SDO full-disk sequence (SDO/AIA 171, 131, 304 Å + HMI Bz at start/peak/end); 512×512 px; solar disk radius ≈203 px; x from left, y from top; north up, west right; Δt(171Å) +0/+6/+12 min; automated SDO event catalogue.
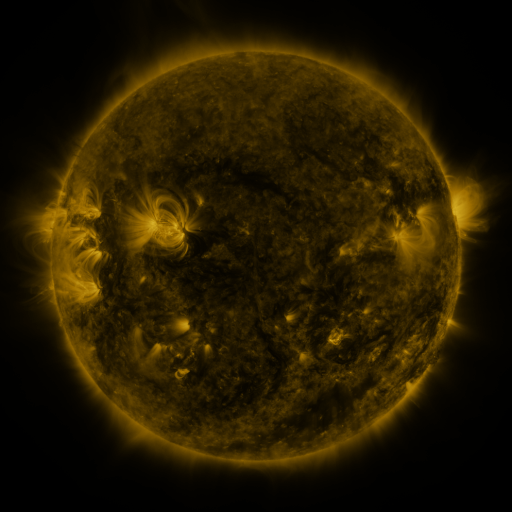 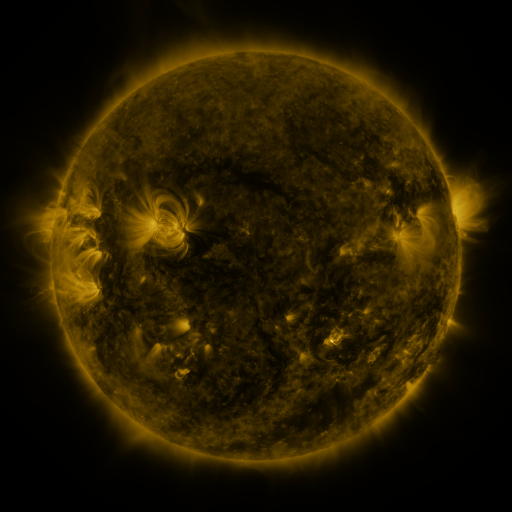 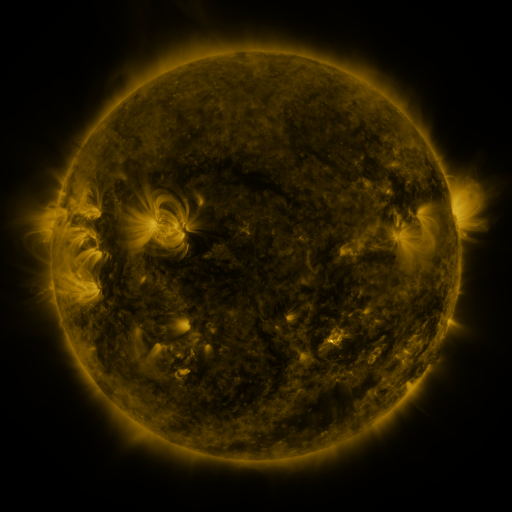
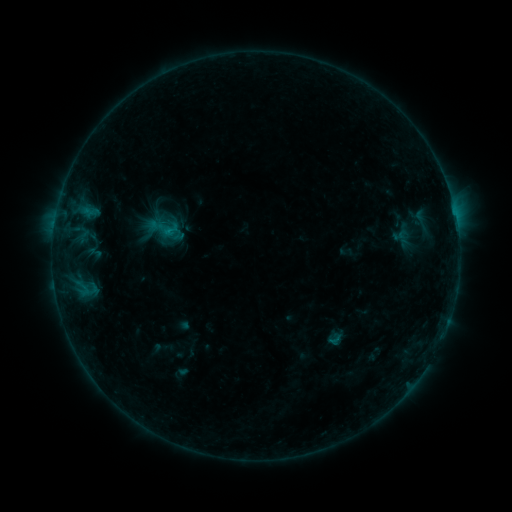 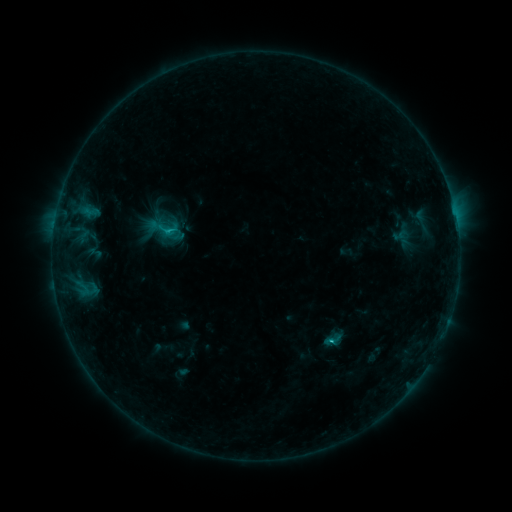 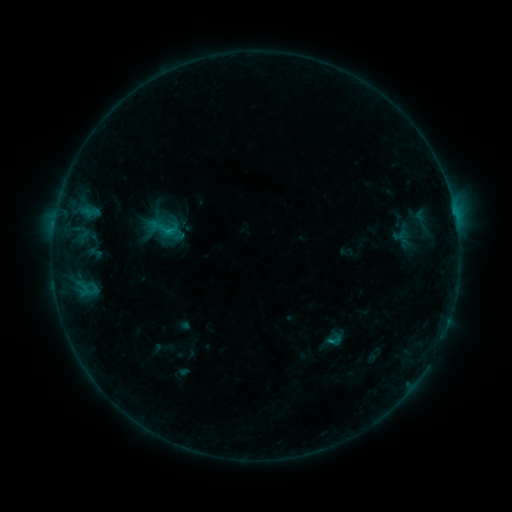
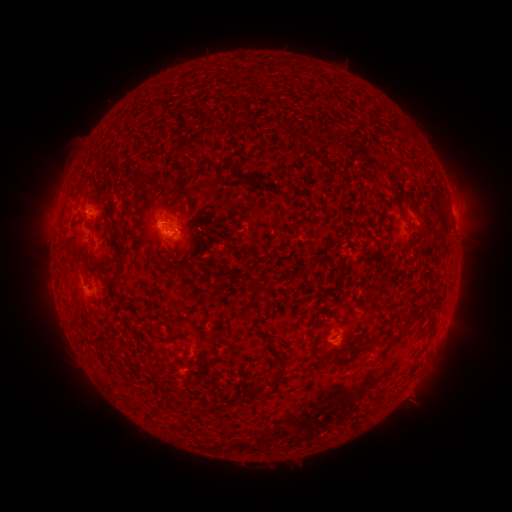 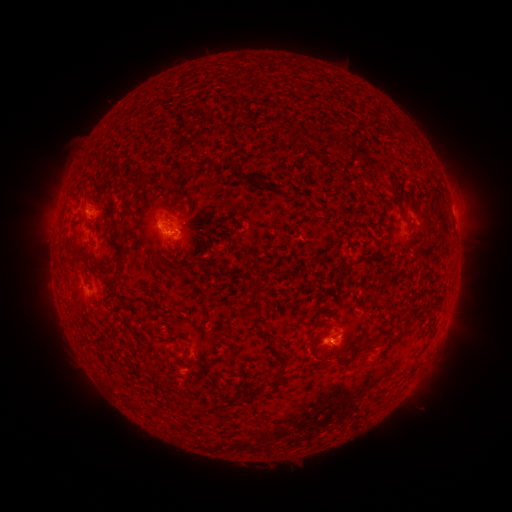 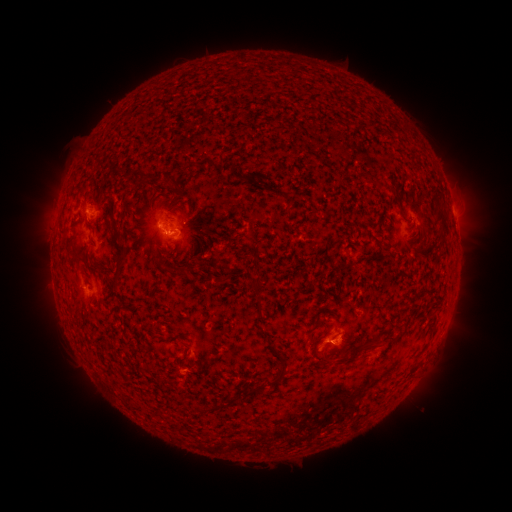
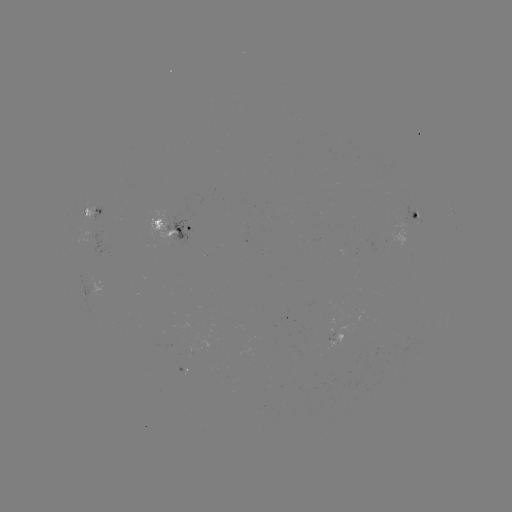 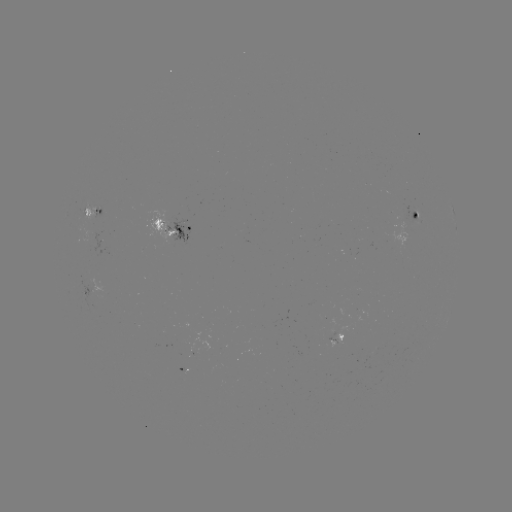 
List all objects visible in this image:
B9.0 flare: (328, 339)
